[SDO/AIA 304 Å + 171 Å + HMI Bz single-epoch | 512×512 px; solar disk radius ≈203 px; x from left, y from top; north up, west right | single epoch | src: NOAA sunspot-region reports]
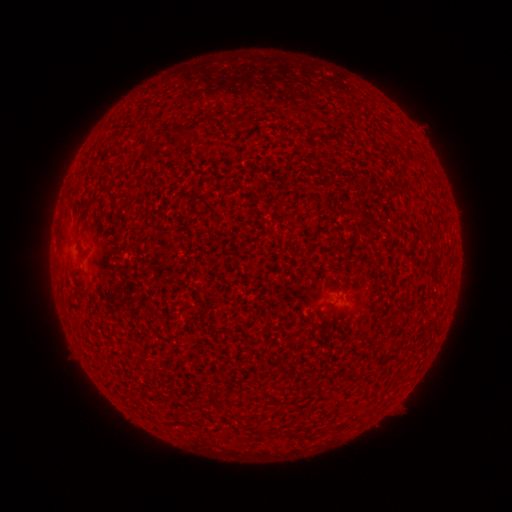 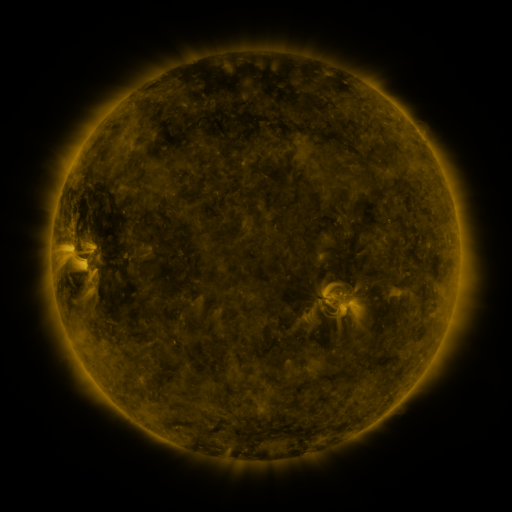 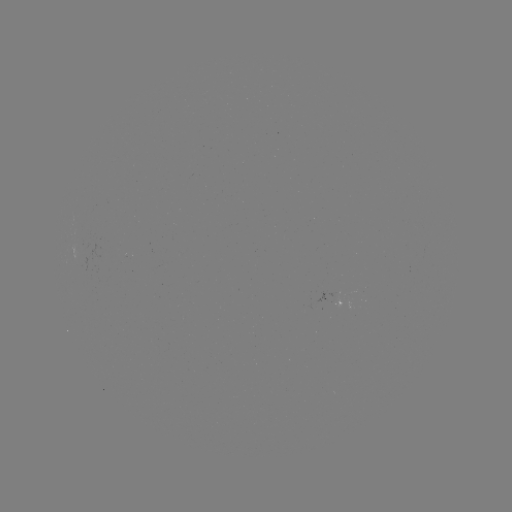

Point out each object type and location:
(none)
